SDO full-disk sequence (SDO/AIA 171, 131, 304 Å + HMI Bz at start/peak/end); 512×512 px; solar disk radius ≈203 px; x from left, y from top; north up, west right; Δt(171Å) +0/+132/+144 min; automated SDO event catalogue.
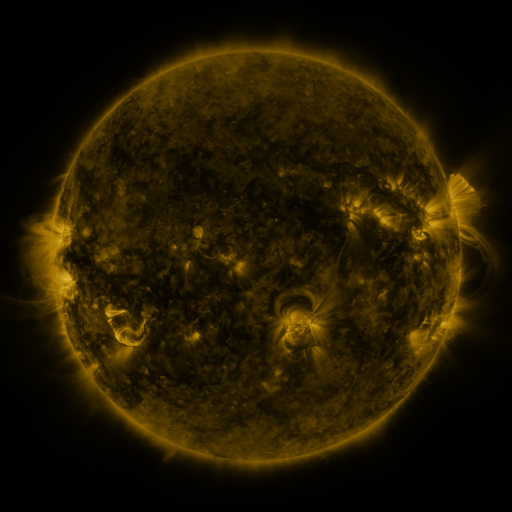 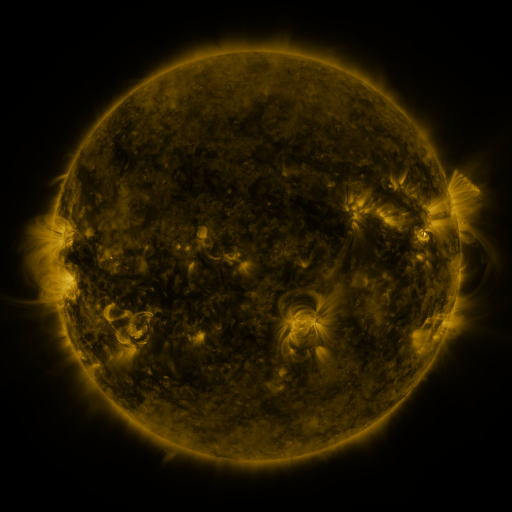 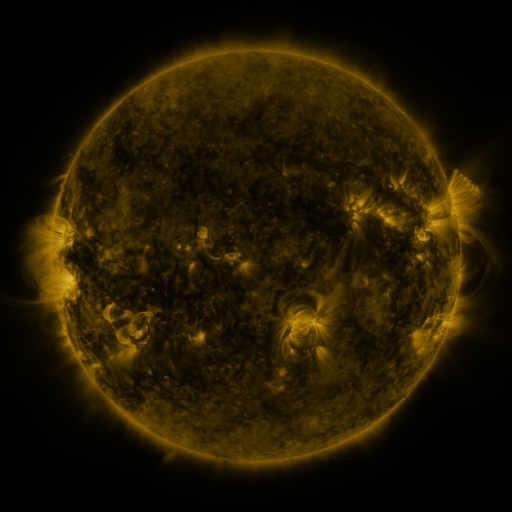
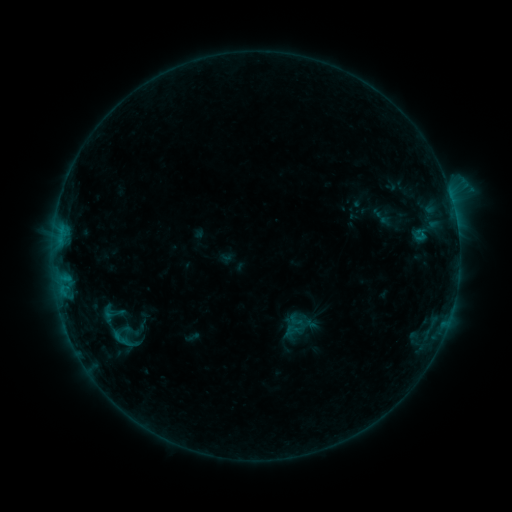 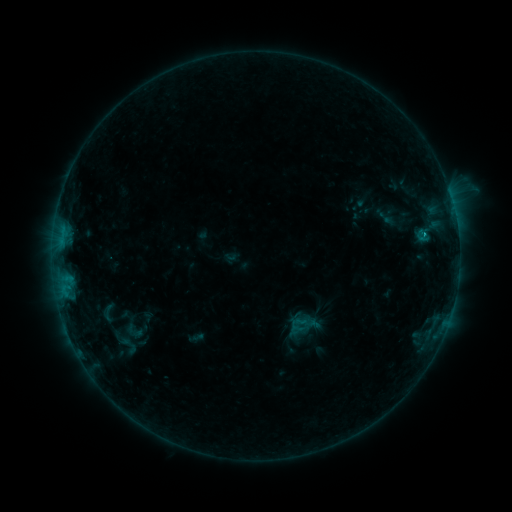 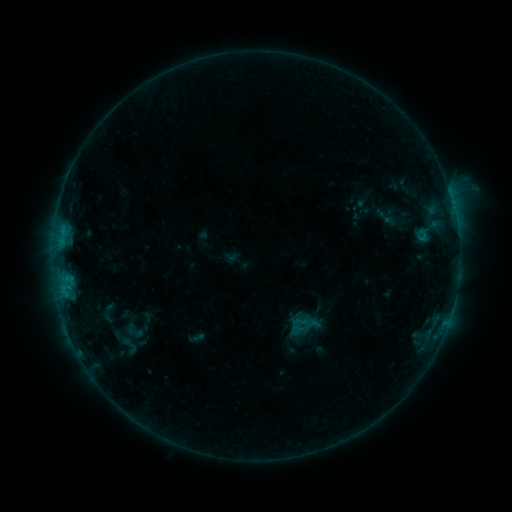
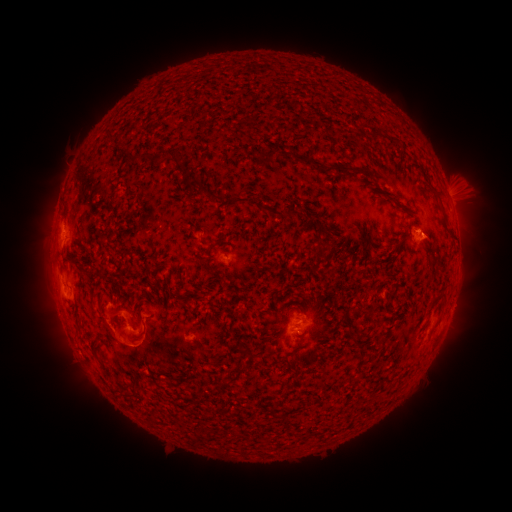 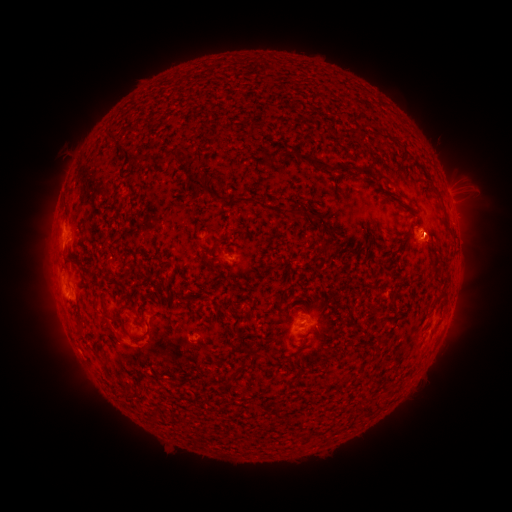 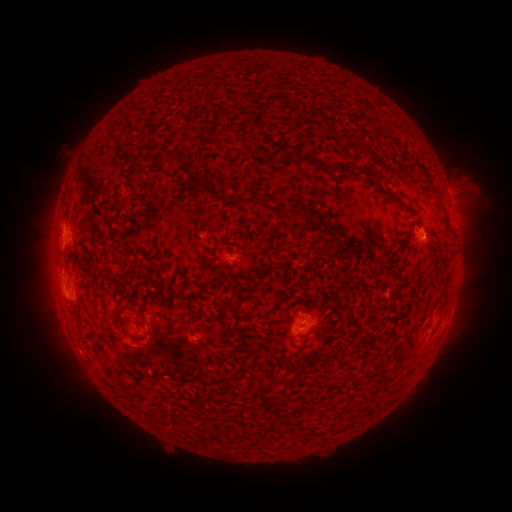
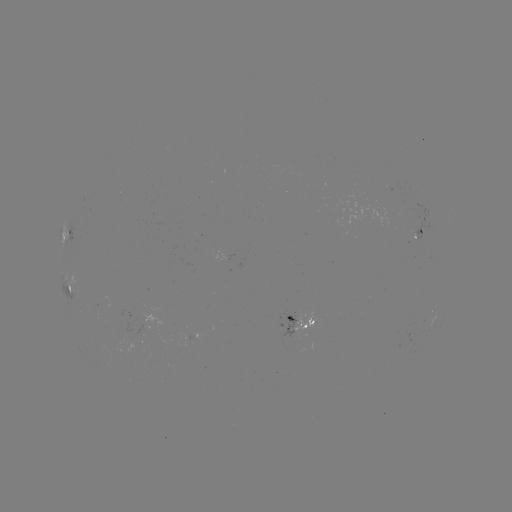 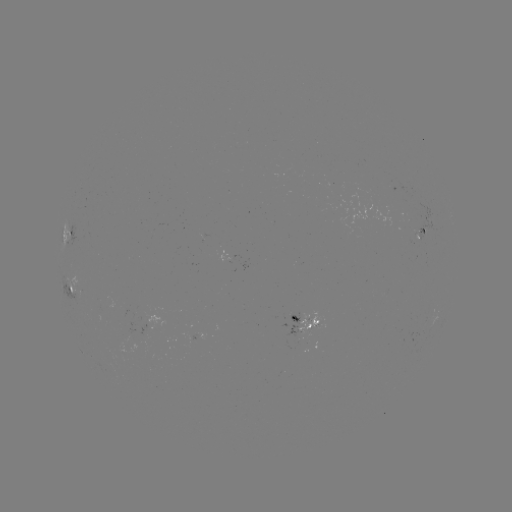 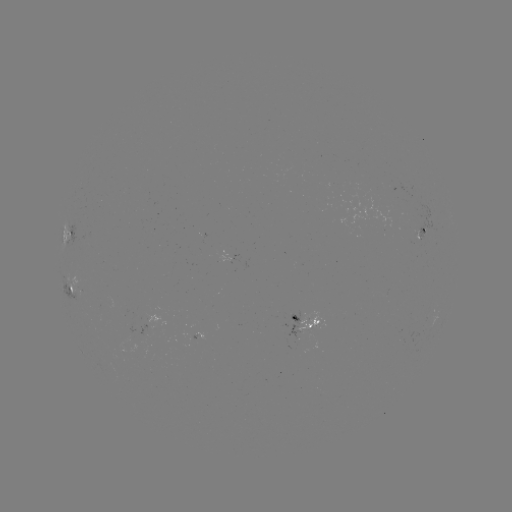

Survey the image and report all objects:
emerging-flux region: (298, 328)
